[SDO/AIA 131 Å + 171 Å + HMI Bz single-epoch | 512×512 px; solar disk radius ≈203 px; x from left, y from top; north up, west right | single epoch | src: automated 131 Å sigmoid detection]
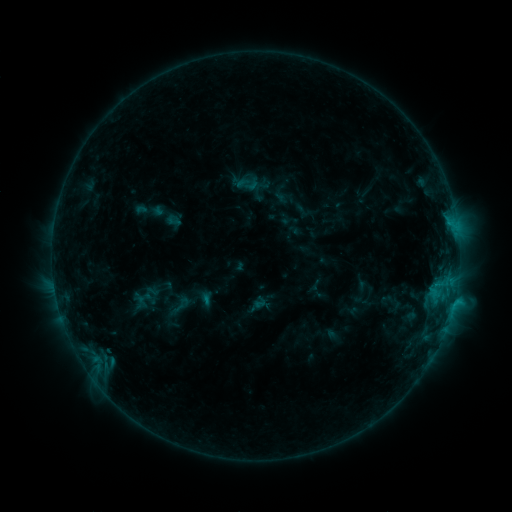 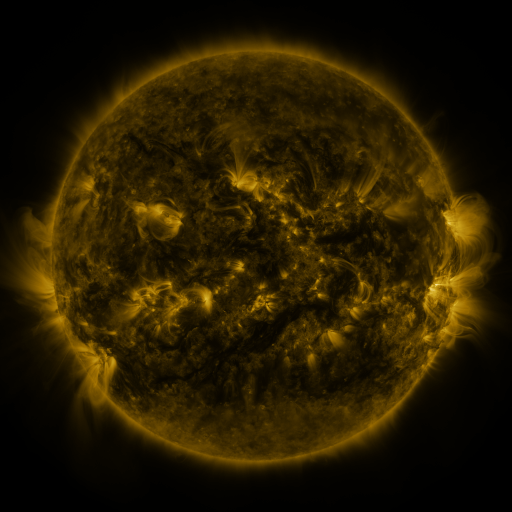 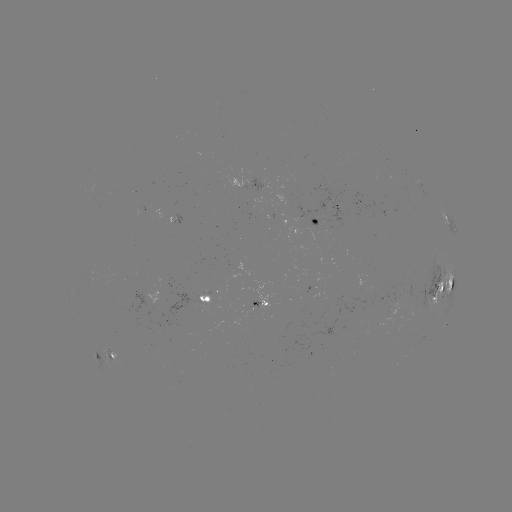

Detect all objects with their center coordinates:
sigmoid: (181, 305)
